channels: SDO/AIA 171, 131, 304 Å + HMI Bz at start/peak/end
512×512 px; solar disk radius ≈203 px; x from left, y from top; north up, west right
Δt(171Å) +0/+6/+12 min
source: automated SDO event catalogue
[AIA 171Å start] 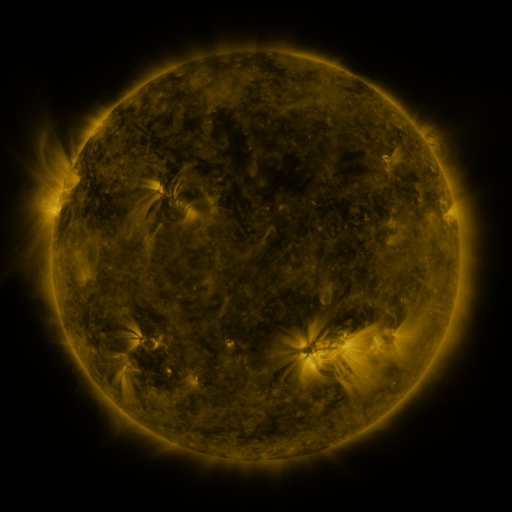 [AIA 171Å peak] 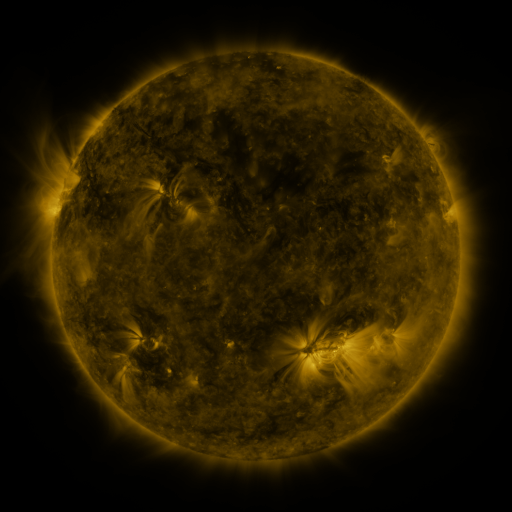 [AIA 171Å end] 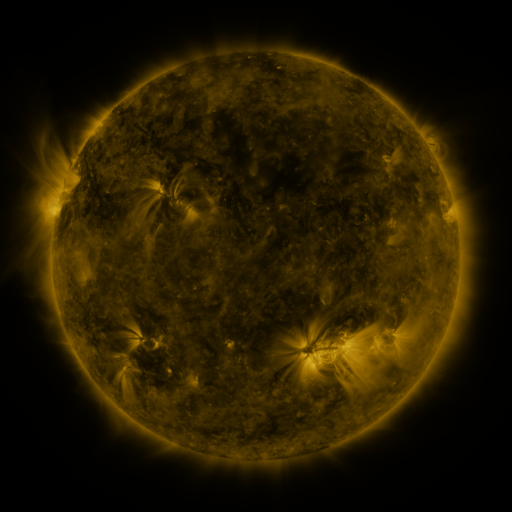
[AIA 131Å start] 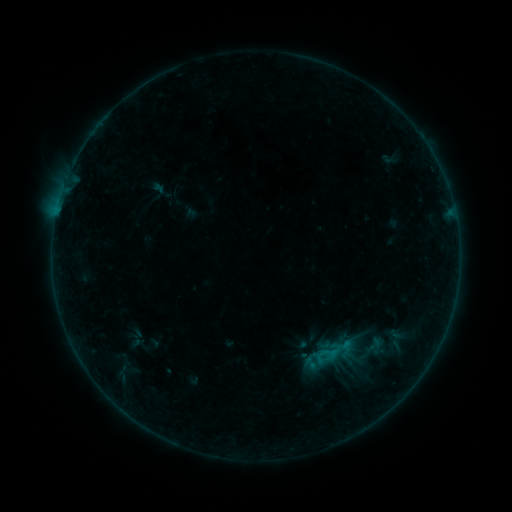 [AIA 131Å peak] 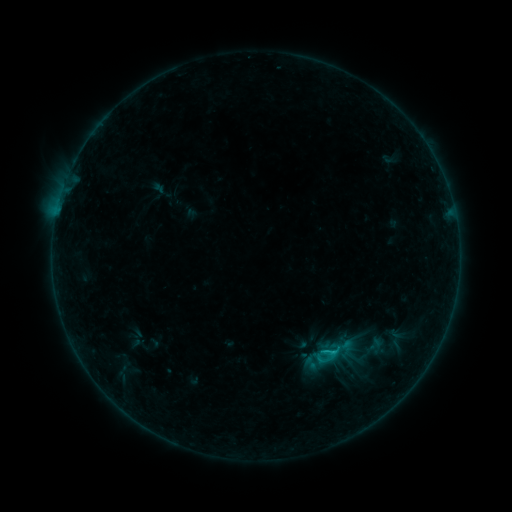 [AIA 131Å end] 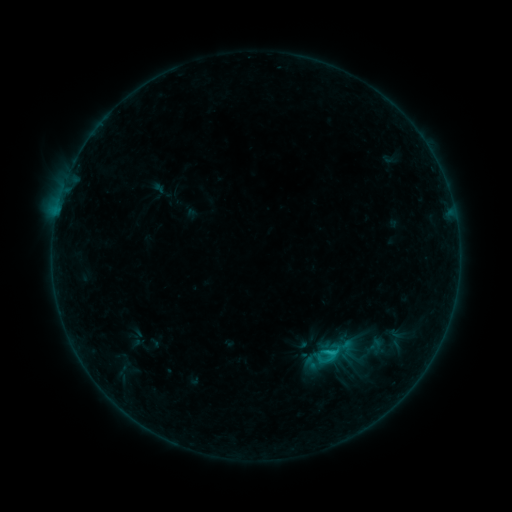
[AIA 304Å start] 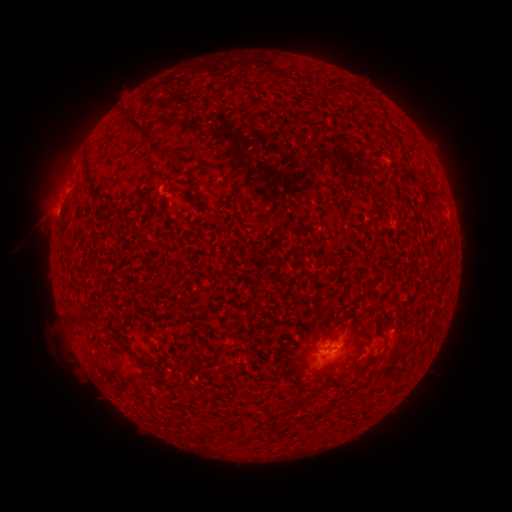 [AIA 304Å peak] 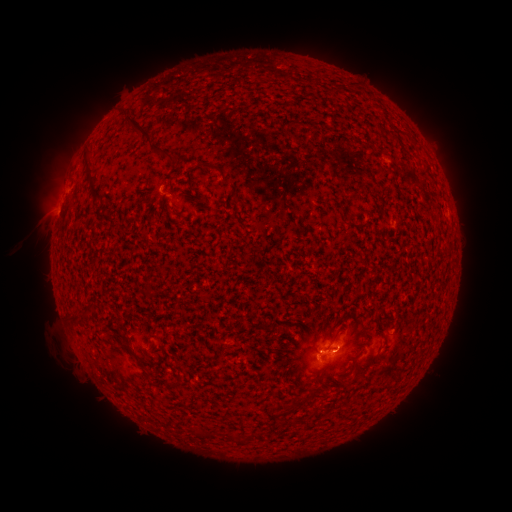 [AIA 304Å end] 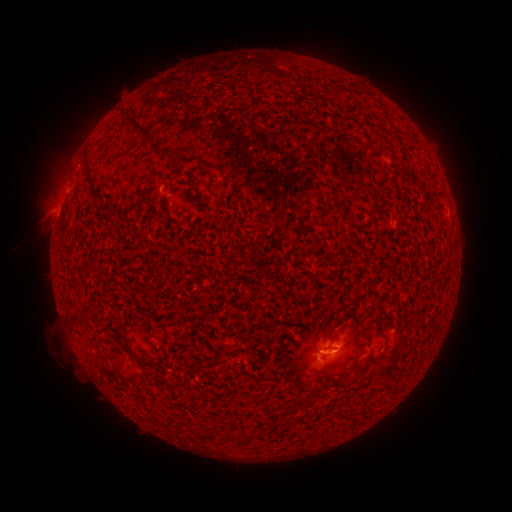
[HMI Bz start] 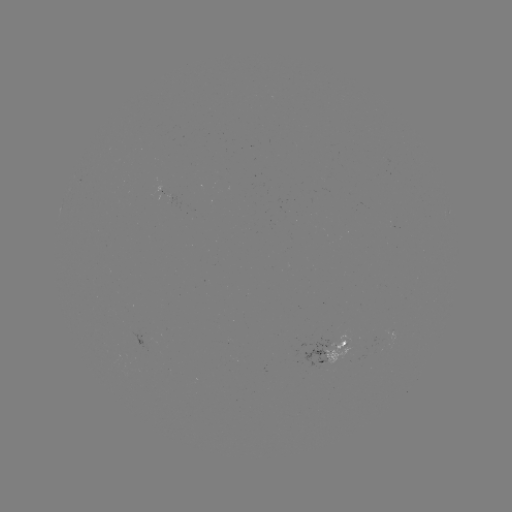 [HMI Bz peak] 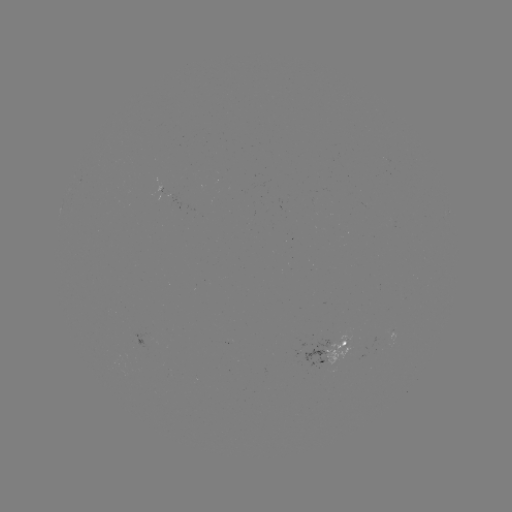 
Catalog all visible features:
B8.0 flare: (332, 348)
